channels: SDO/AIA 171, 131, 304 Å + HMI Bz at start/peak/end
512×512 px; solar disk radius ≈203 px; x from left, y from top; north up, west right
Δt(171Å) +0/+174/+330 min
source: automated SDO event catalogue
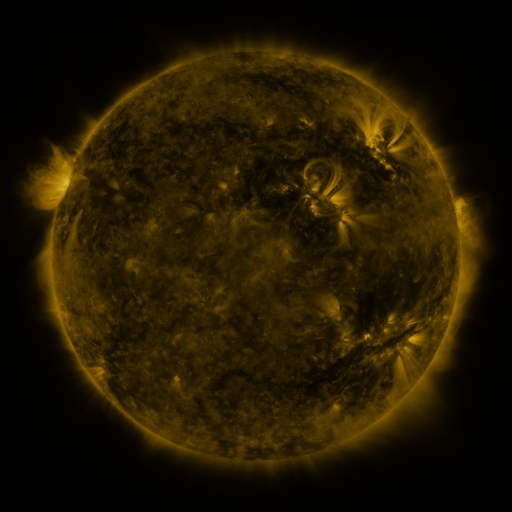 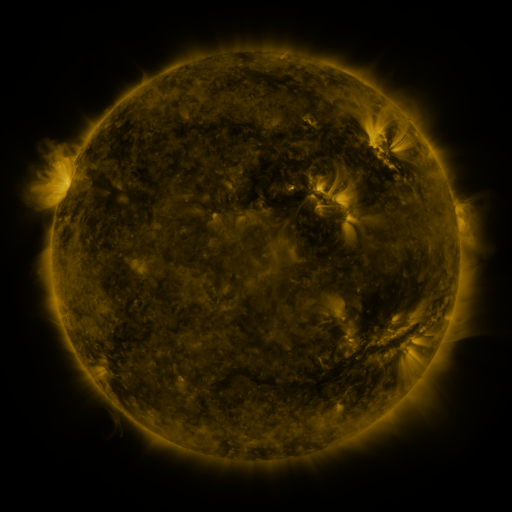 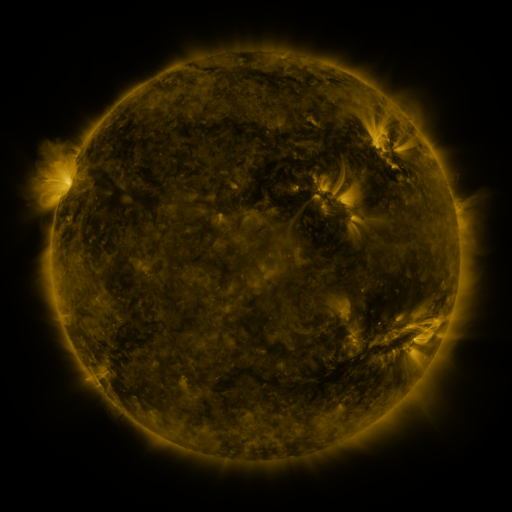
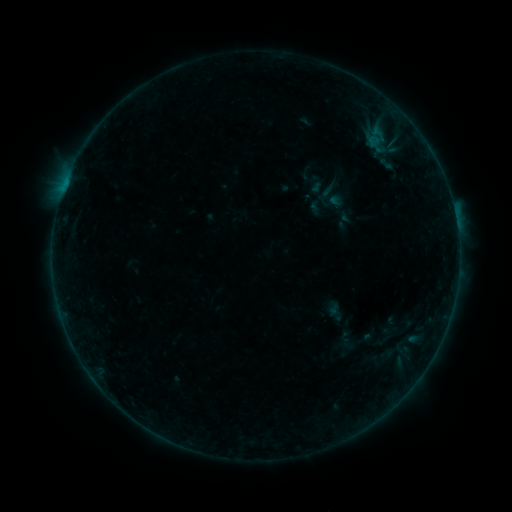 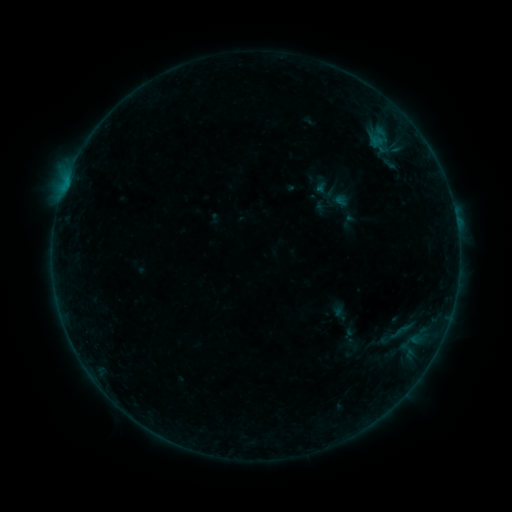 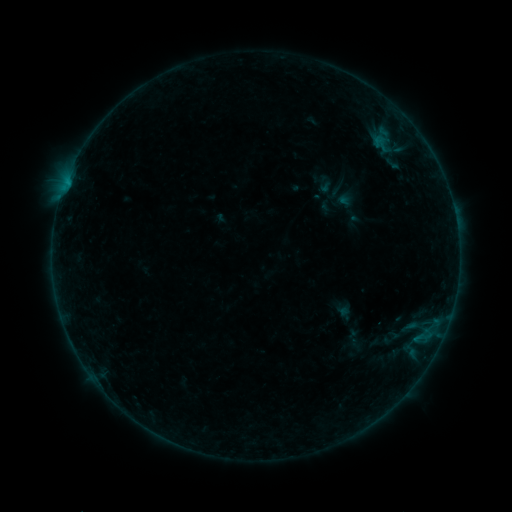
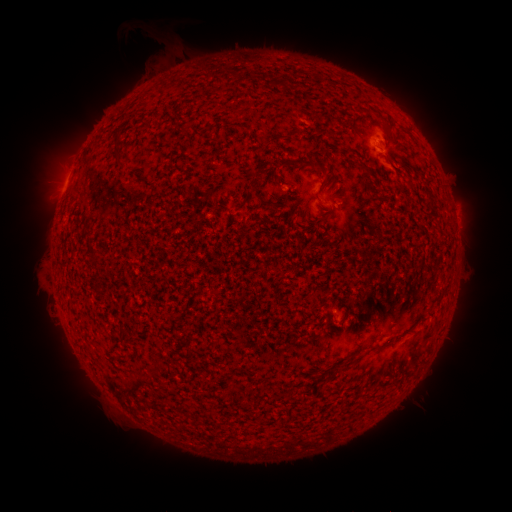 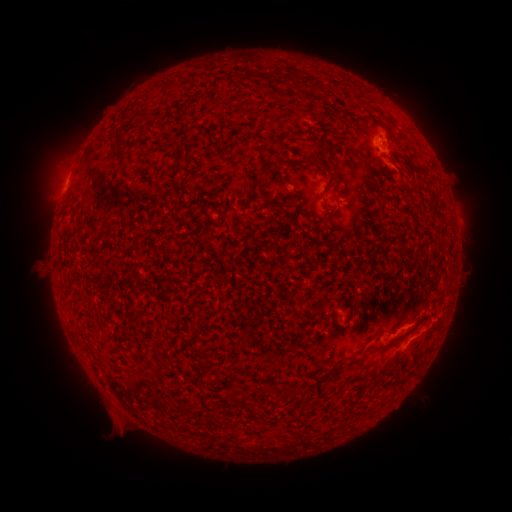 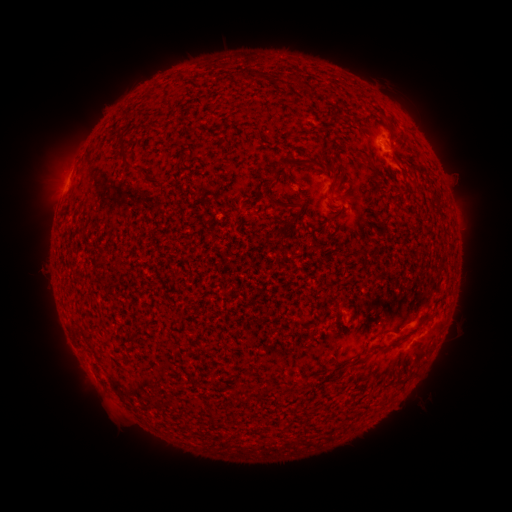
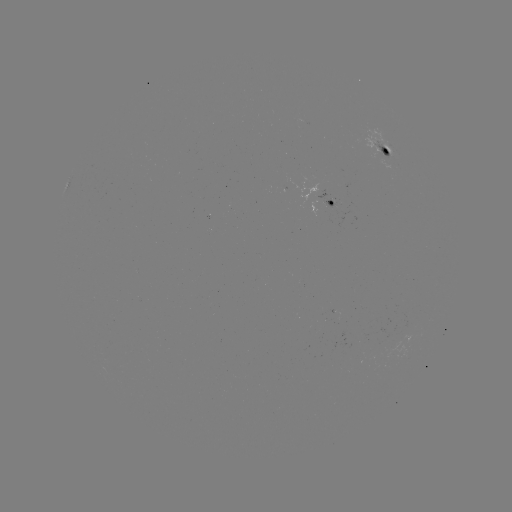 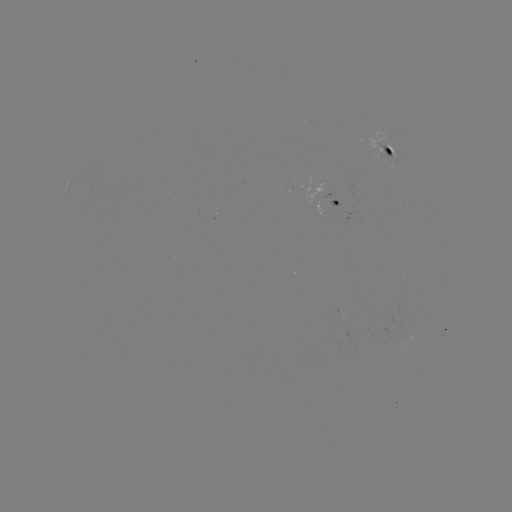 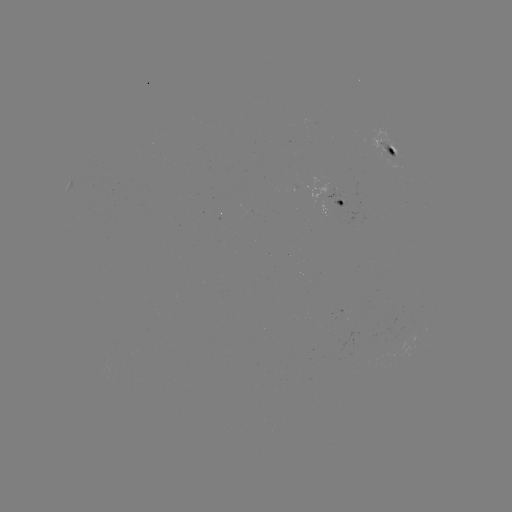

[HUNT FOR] B4.1 flare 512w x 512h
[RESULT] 420,338